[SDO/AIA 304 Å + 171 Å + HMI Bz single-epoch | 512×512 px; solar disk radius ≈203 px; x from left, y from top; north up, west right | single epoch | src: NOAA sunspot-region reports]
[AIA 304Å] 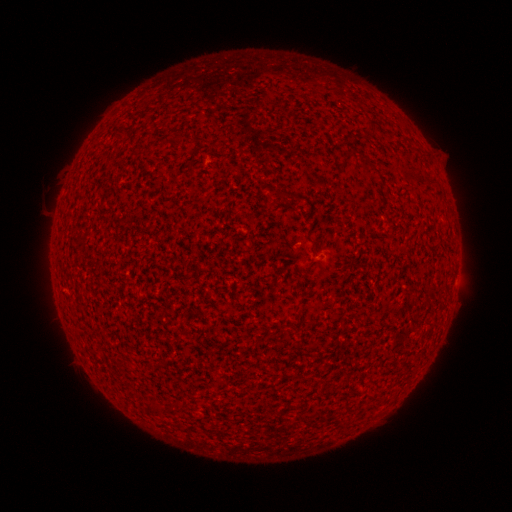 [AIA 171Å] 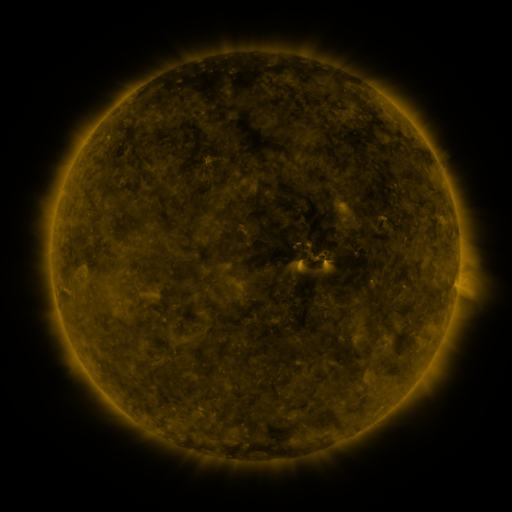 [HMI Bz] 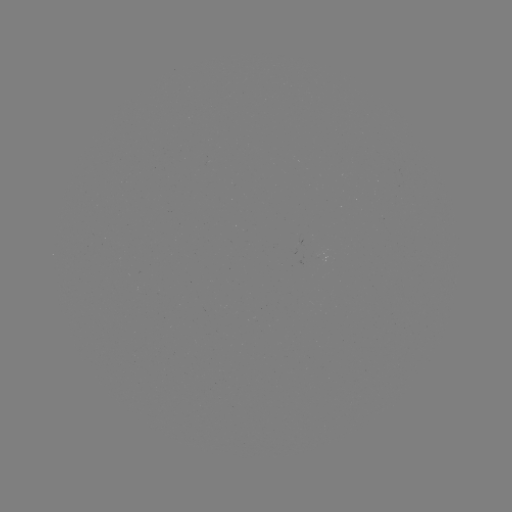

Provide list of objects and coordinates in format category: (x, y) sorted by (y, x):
(none)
